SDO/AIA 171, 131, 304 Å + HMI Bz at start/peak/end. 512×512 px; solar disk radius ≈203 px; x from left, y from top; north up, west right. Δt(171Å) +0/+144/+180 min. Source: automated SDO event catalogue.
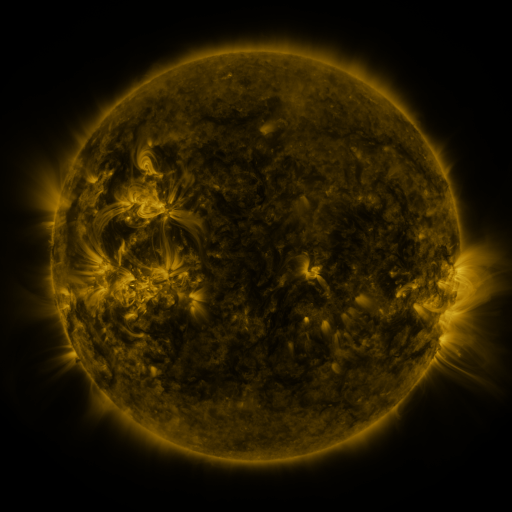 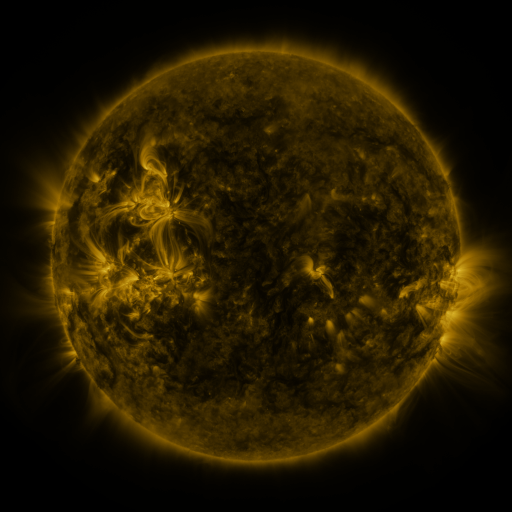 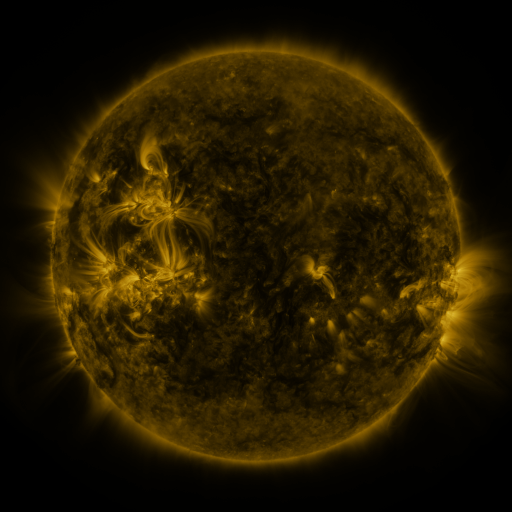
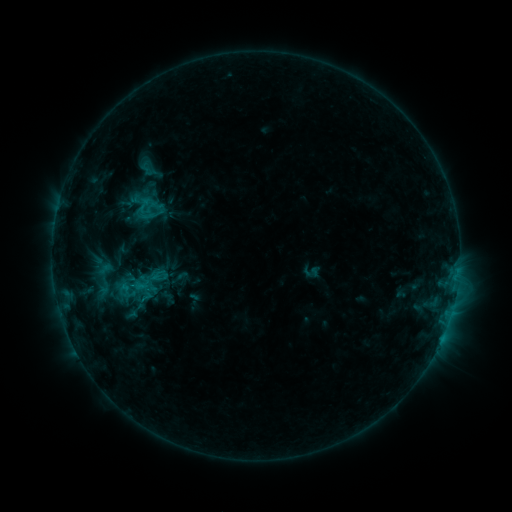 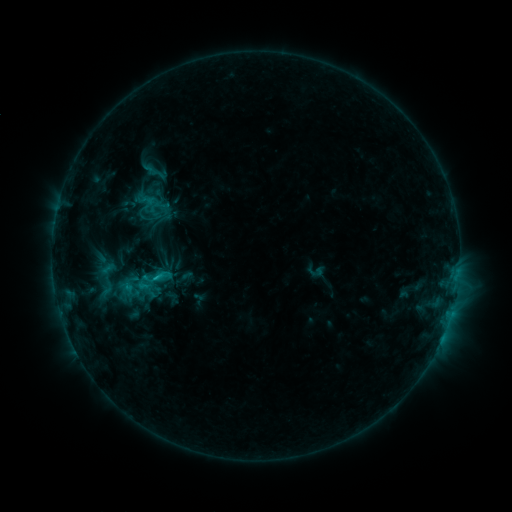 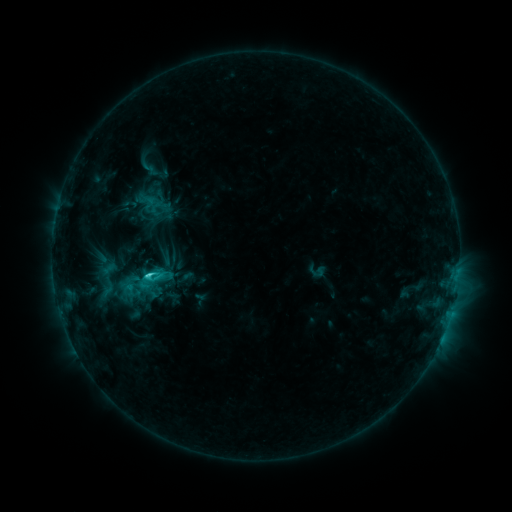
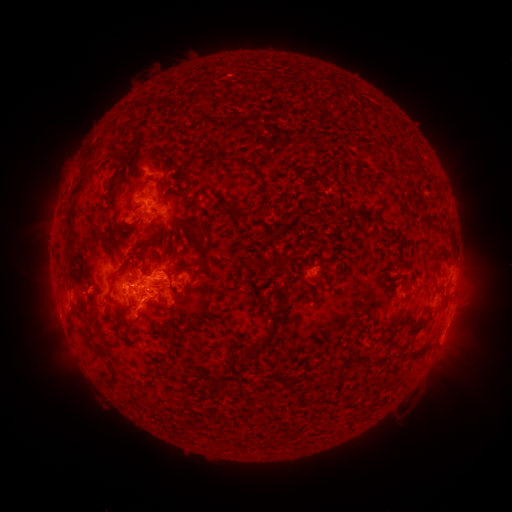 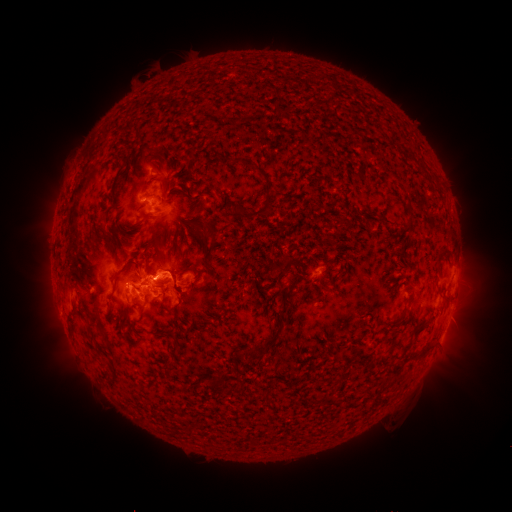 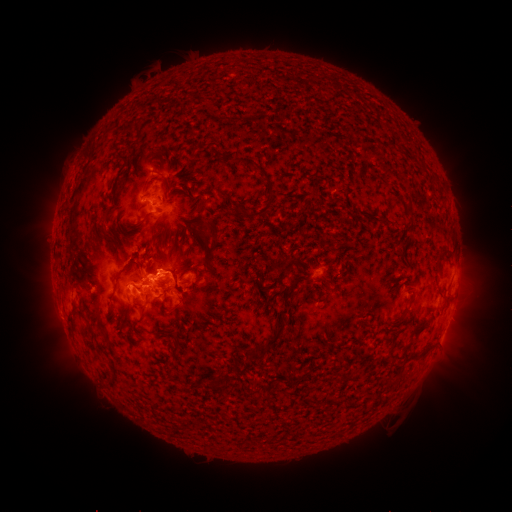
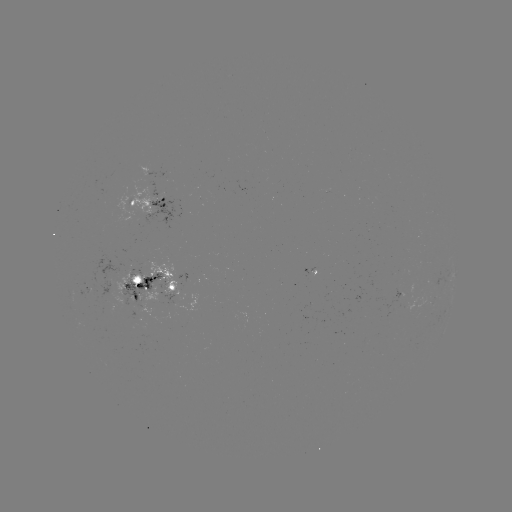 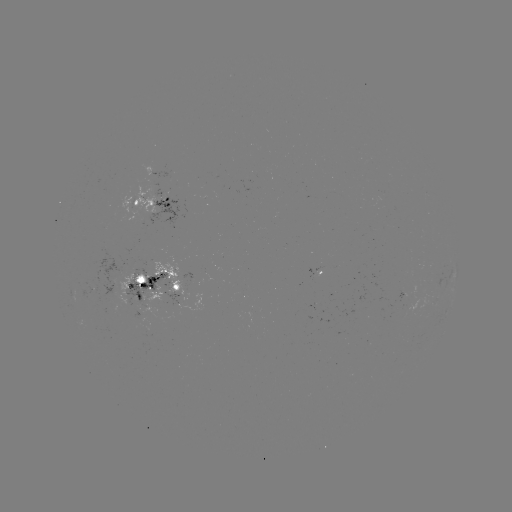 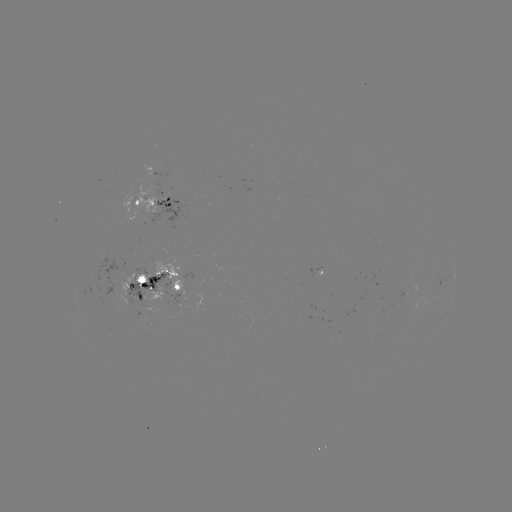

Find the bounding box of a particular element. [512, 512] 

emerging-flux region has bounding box [132, 267, 152, 289].